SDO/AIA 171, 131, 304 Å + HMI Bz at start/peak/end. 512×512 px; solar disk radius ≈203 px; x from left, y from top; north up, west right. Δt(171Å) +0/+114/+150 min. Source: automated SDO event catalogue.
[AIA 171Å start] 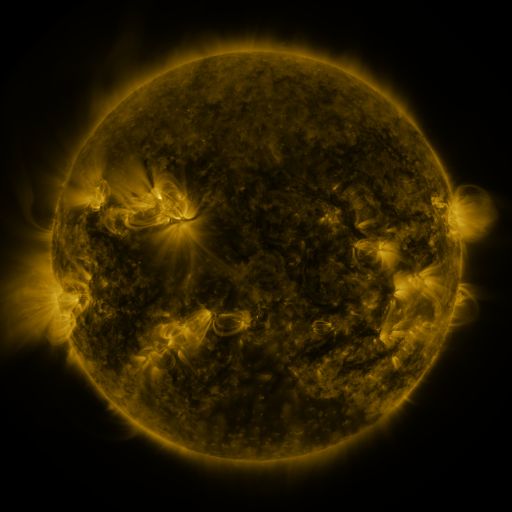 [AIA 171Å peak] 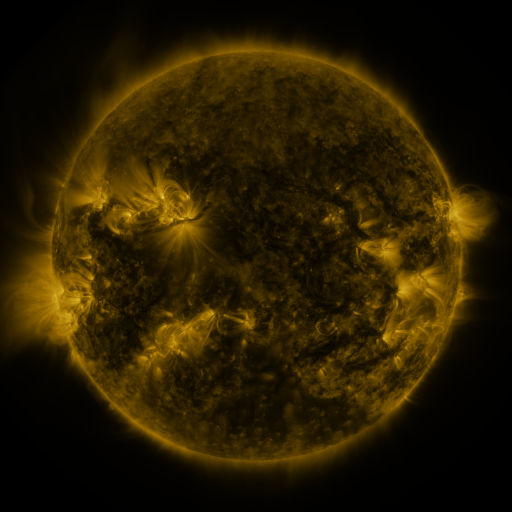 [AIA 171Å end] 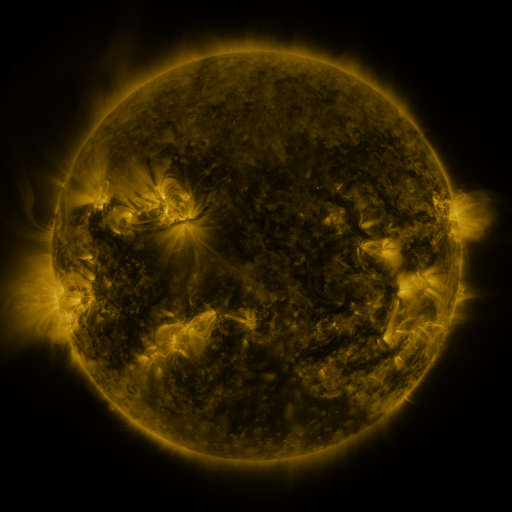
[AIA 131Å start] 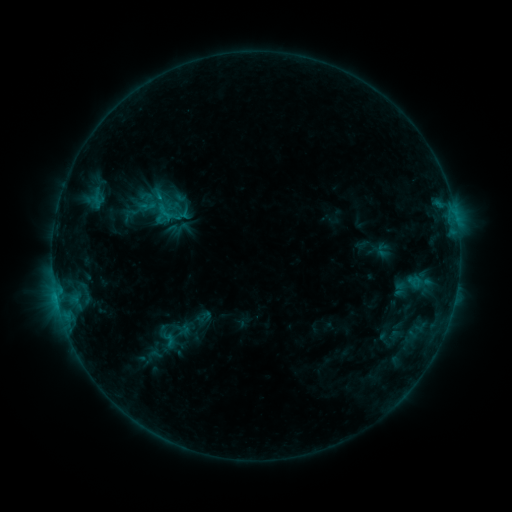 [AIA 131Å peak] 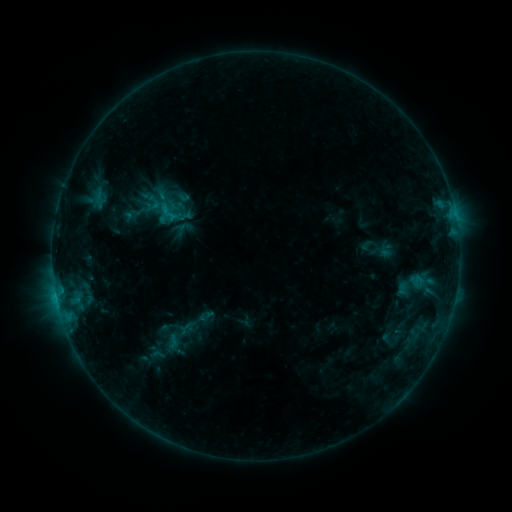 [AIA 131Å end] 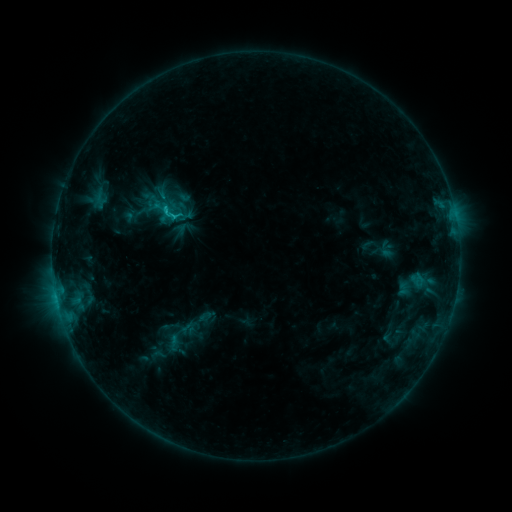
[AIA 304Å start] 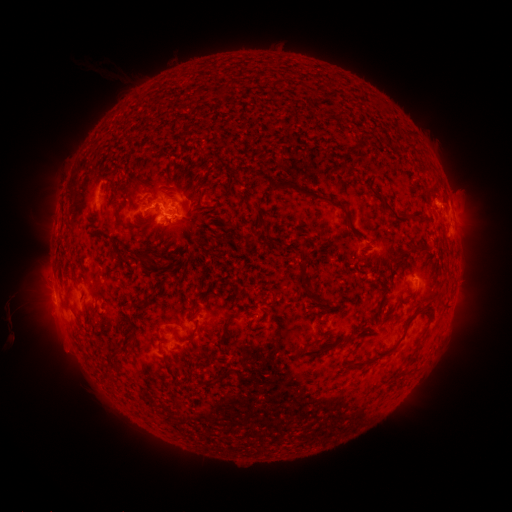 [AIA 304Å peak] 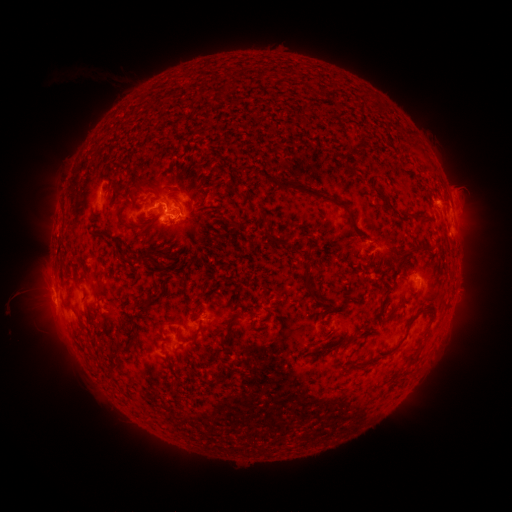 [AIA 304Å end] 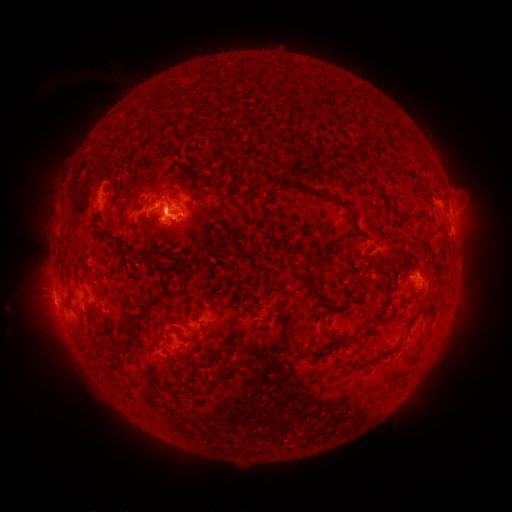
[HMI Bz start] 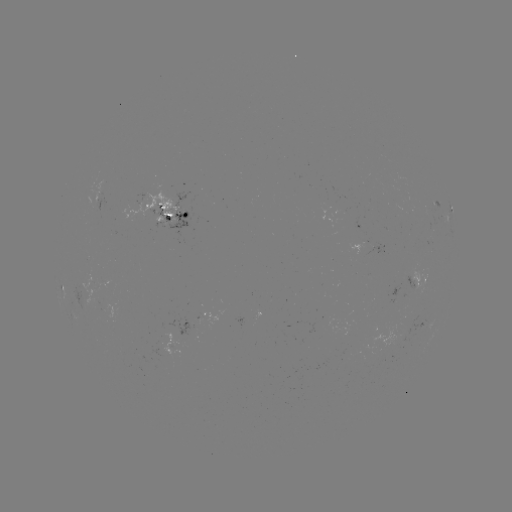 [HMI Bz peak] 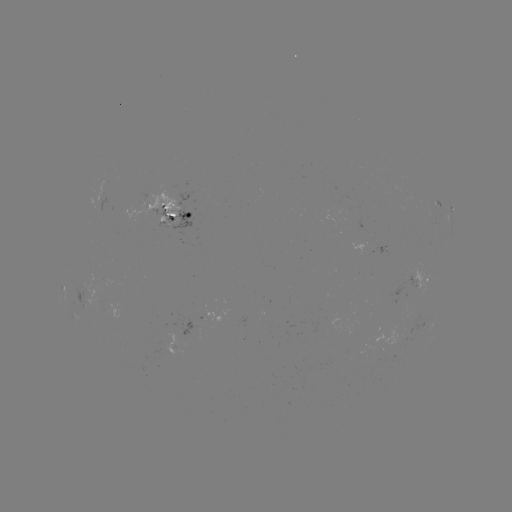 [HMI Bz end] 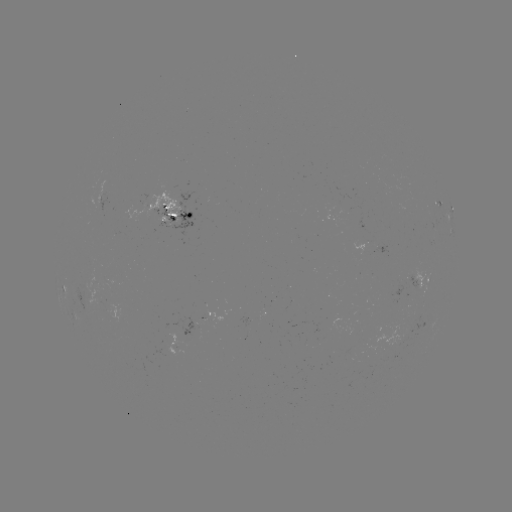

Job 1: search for emerging-flux region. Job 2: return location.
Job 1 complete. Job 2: [398, 338].